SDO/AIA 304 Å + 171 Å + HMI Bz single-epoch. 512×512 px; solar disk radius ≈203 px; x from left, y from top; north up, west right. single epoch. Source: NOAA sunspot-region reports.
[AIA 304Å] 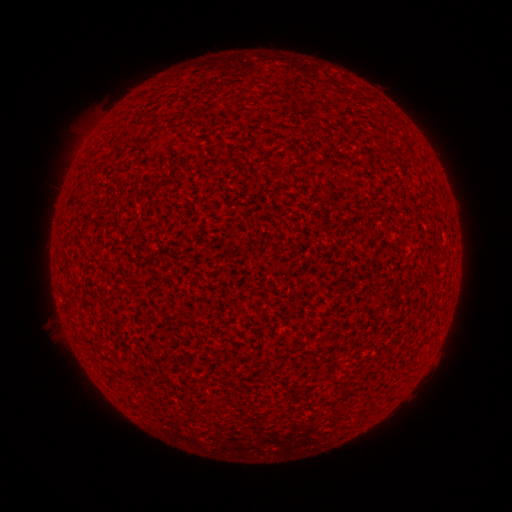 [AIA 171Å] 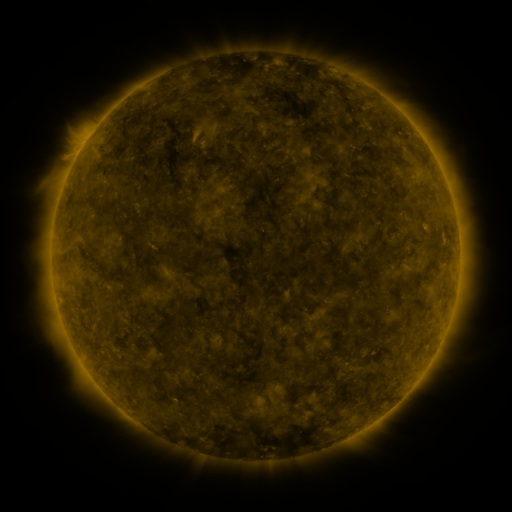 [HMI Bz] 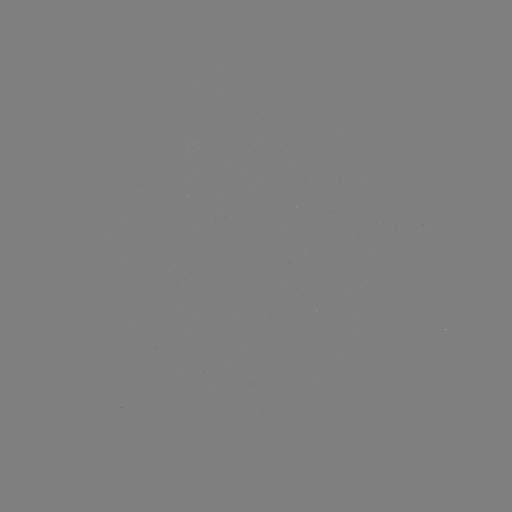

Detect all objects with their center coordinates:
(none)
